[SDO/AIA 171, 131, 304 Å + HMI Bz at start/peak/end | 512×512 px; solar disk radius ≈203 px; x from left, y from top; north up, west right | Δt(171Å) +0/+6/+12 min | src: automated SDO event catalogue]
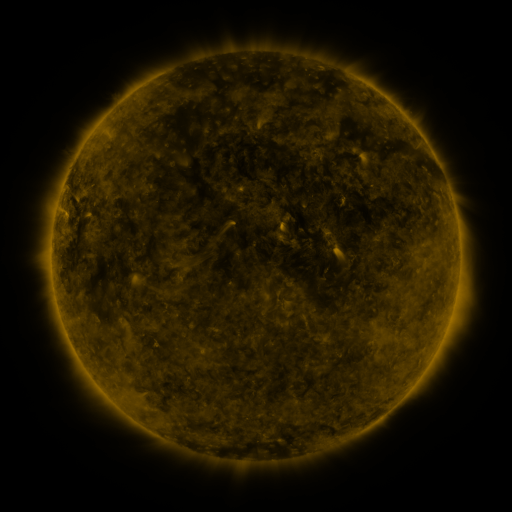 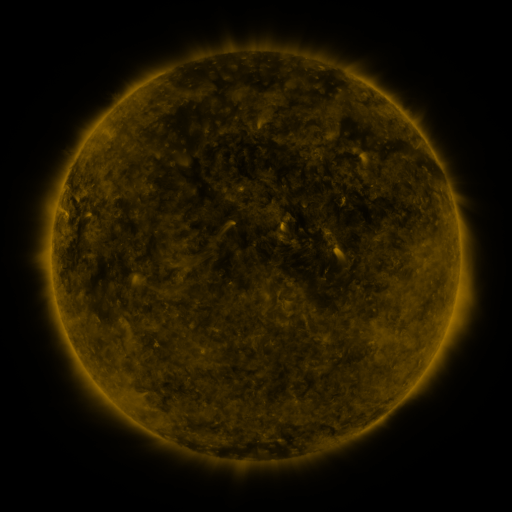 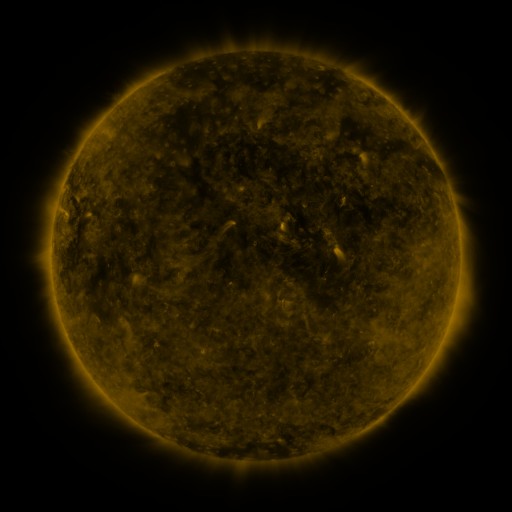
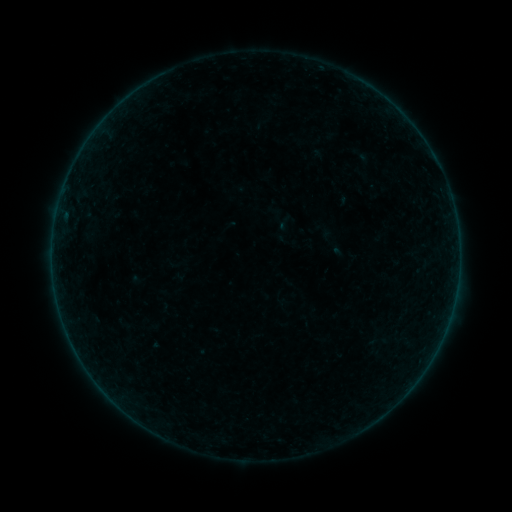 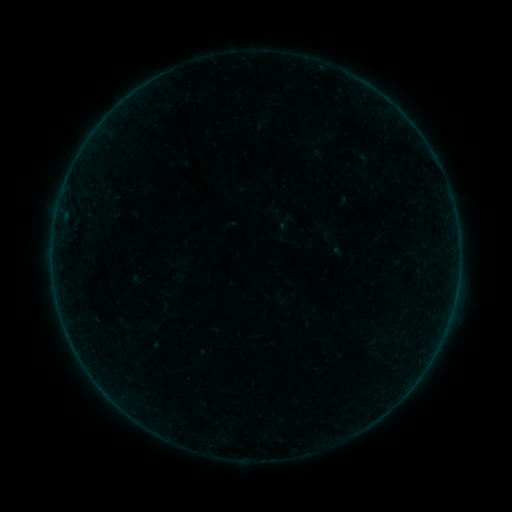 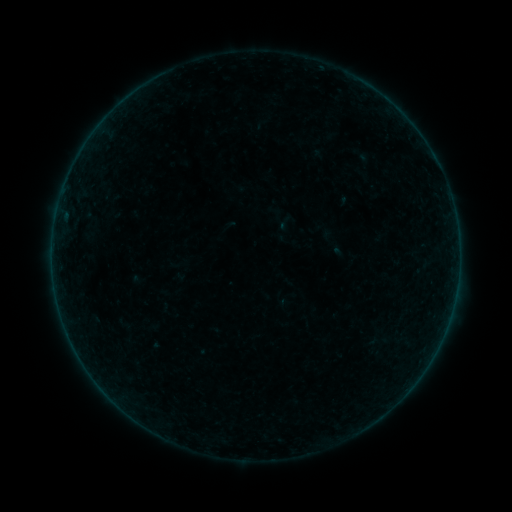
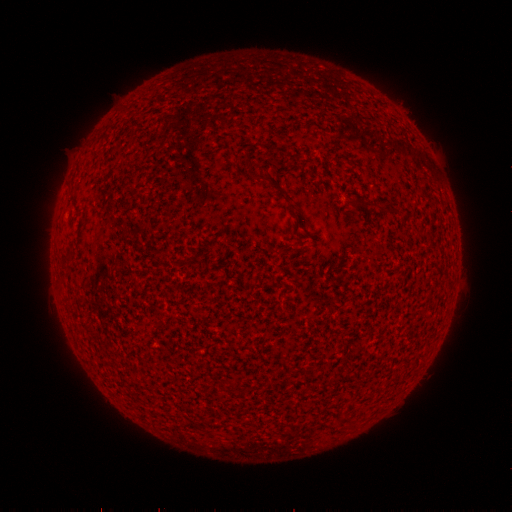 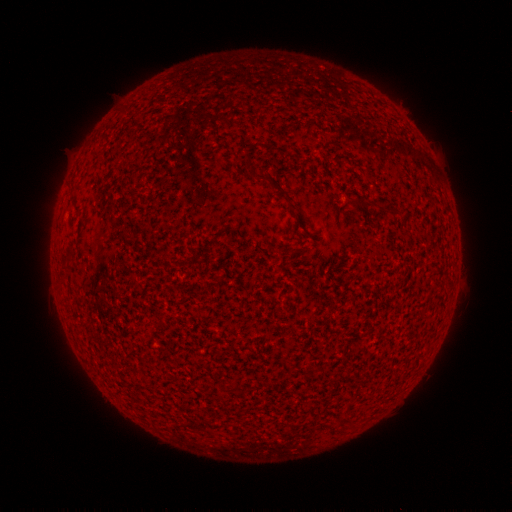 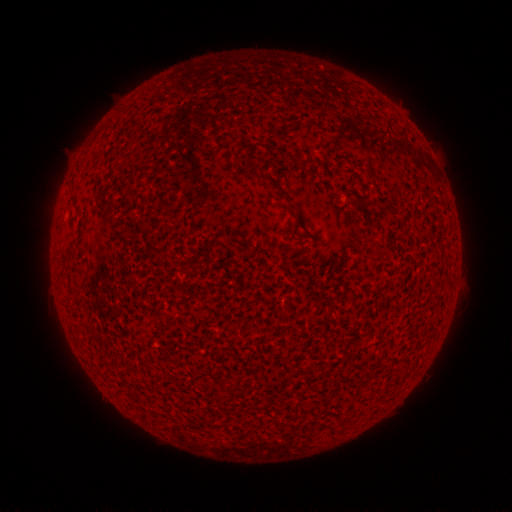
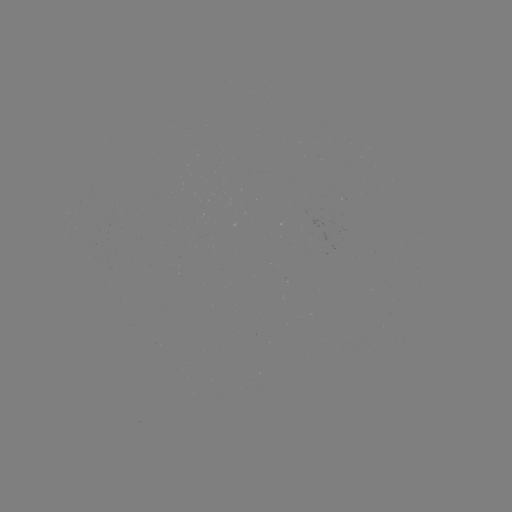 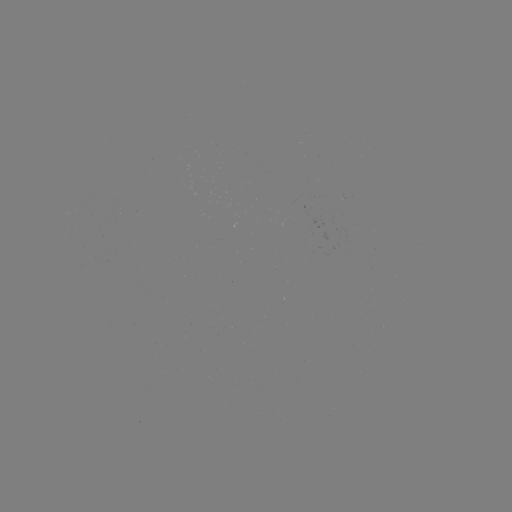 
nothing was catalogued: no classed flare, no EUV trigger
